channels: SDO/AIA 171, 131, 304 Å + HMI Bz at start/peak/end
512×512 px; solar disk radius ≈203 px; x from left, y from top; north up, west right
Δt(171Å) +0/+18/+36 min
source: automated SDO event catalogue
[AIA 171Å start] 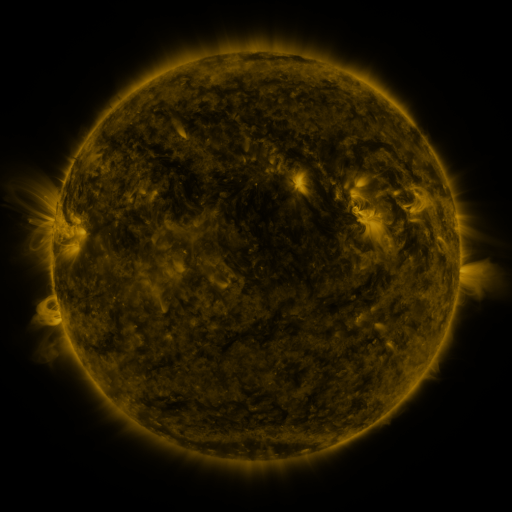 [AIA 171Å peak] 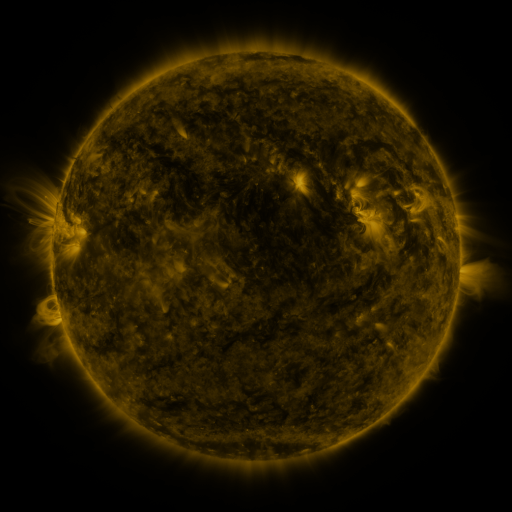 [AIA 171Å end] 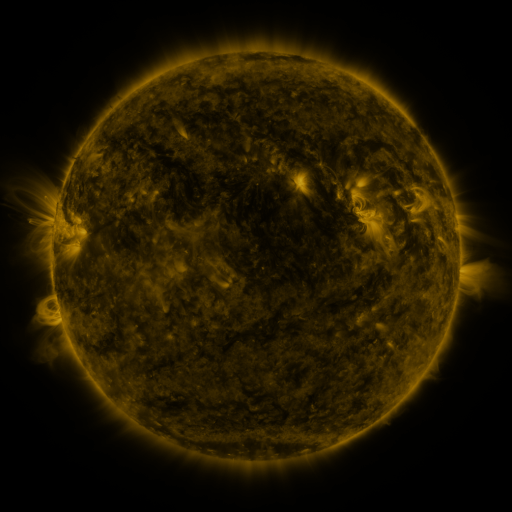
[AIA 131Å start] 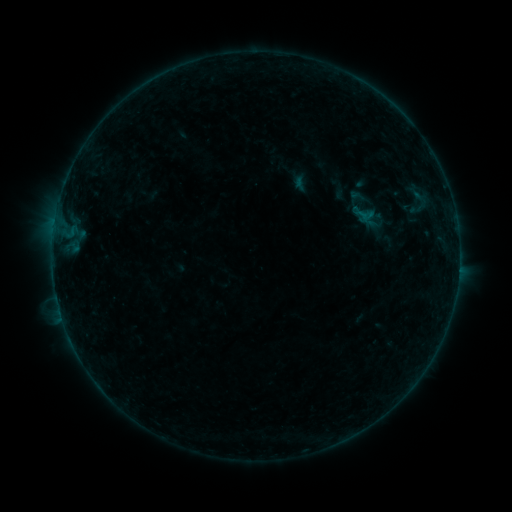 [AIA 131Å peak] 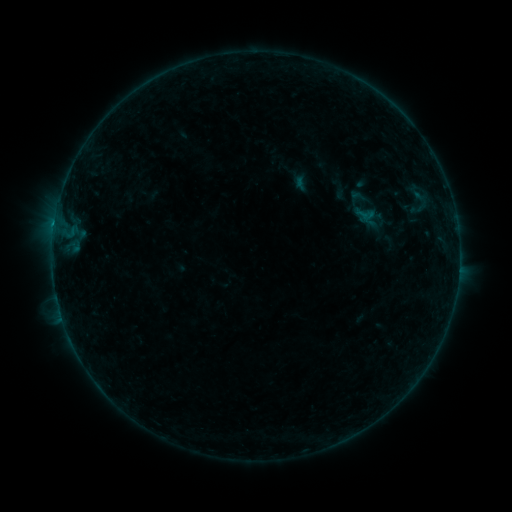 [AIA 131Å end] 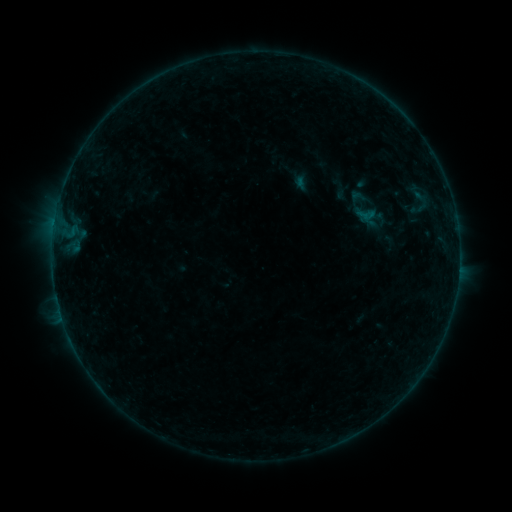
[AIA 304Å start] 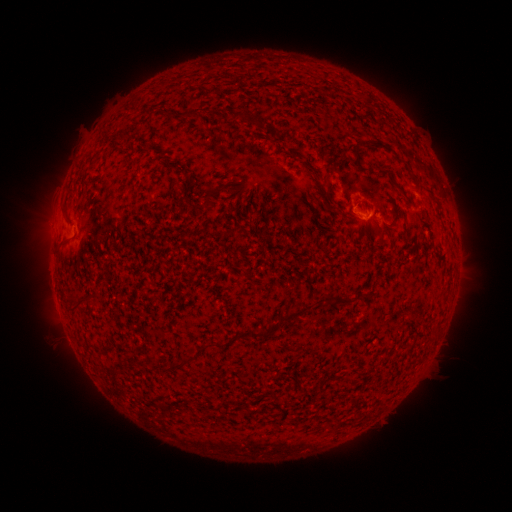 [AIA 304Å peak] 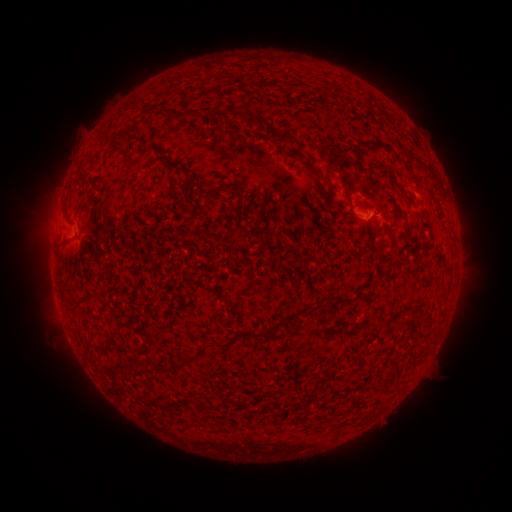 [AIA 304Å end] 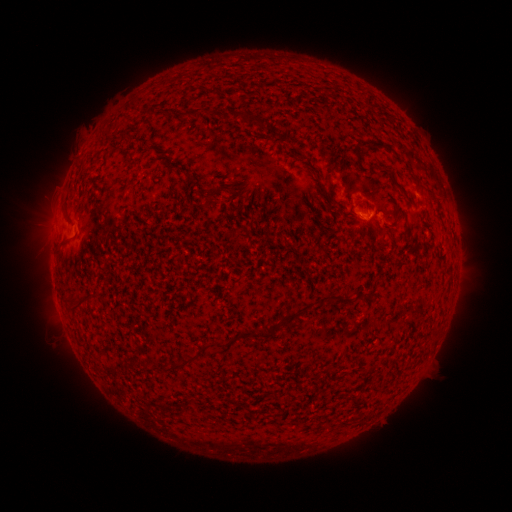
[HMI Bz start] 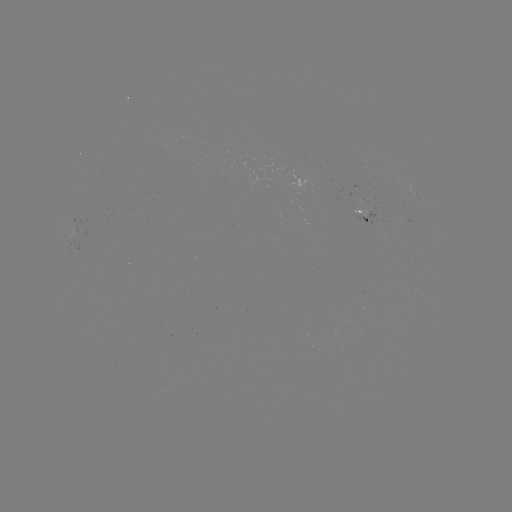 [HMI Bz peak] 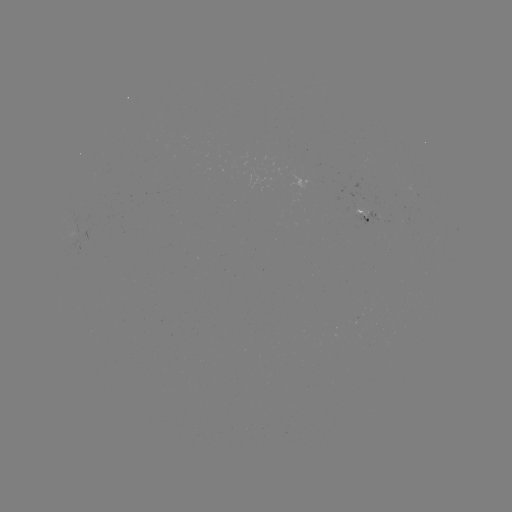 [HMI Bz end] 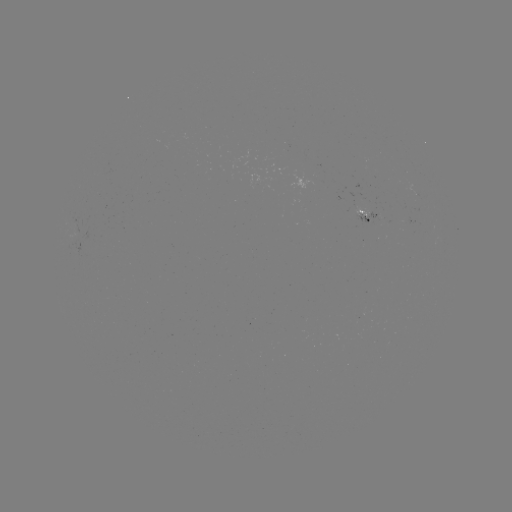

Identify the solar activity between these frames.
B5.5 flare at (54, 227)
